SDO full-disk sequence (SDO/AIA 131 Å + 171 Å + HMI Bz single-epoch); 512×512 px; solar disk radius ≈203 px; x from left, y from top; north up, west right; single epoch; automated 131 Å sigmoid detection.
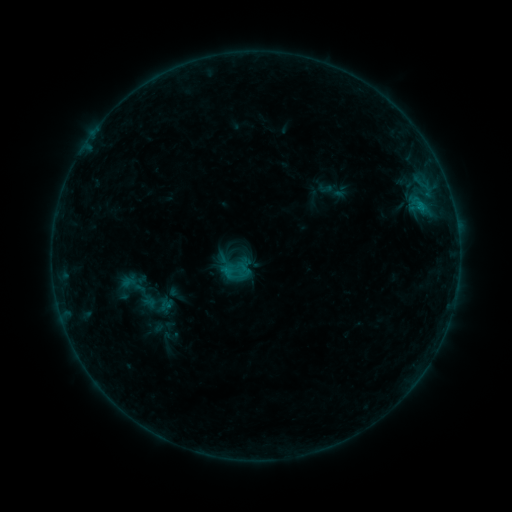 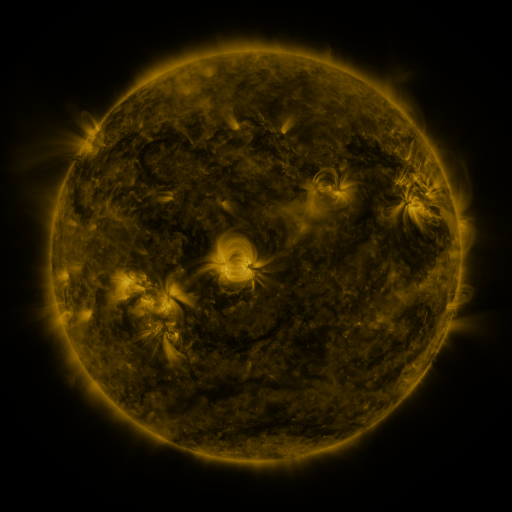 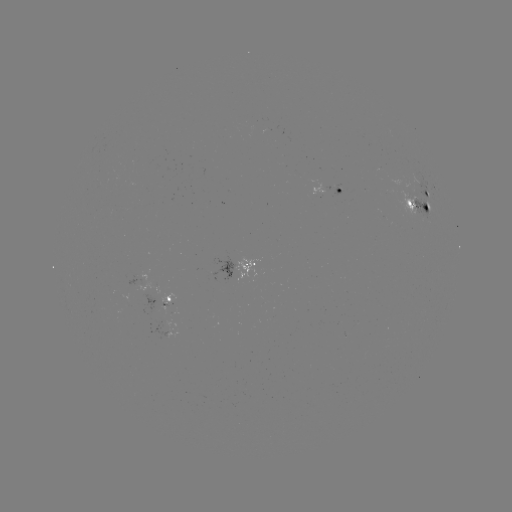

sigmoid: <bbox>218, 254, 252, 287</bbox>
